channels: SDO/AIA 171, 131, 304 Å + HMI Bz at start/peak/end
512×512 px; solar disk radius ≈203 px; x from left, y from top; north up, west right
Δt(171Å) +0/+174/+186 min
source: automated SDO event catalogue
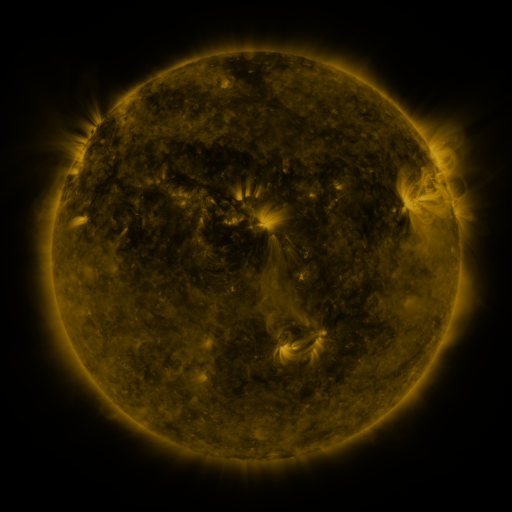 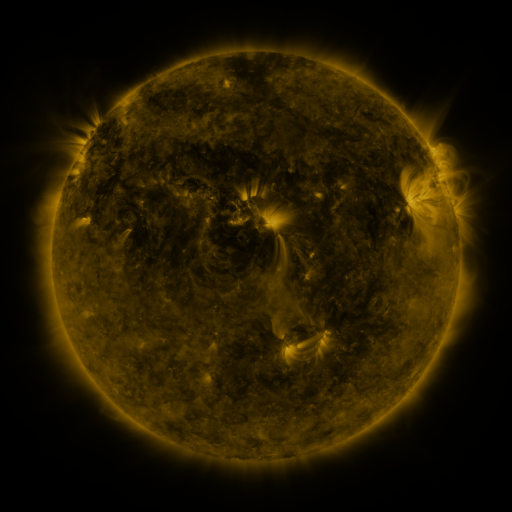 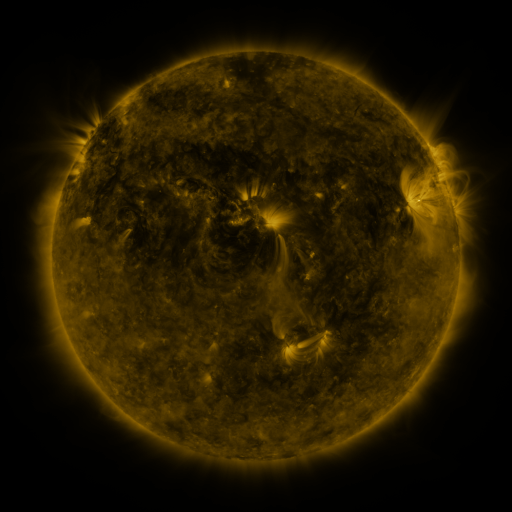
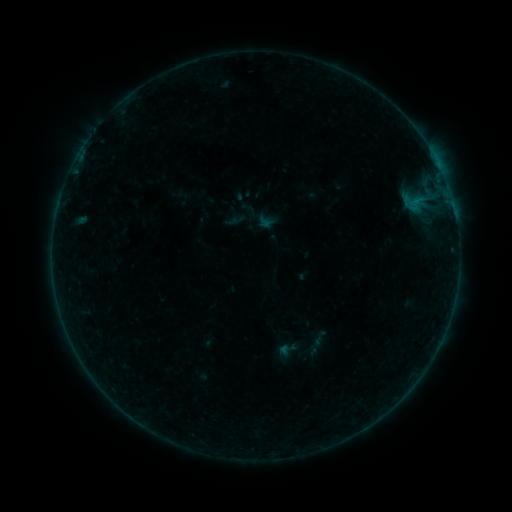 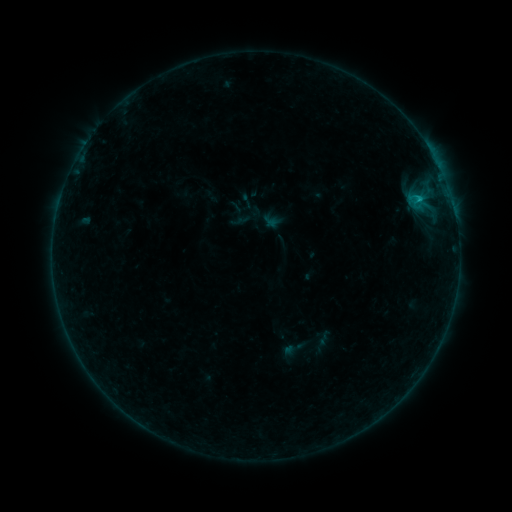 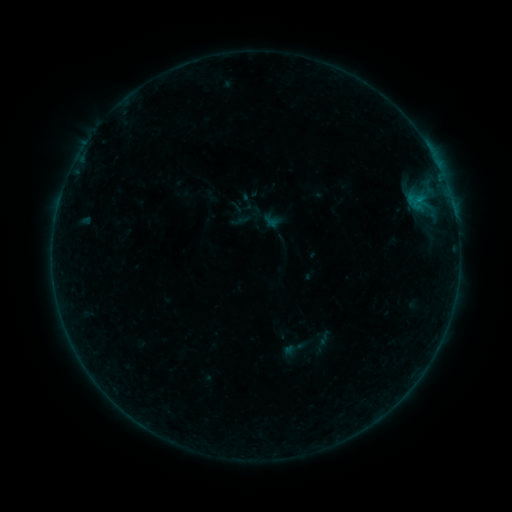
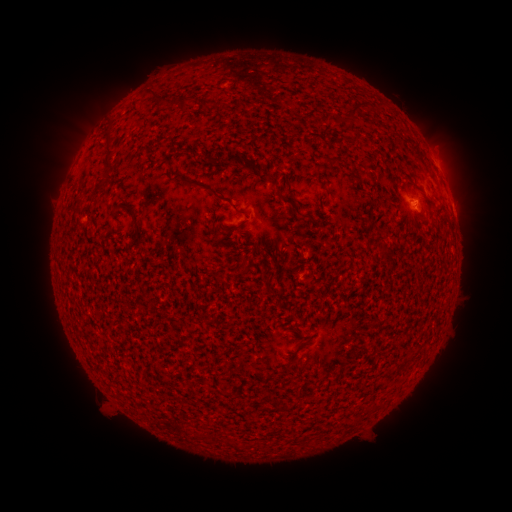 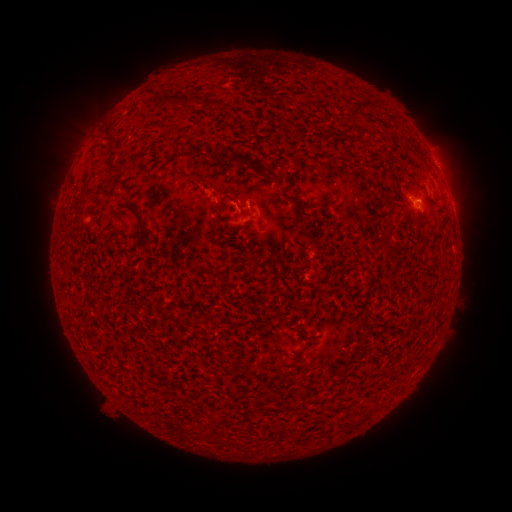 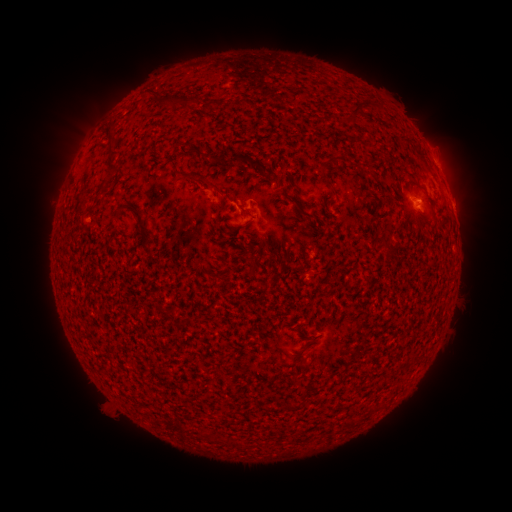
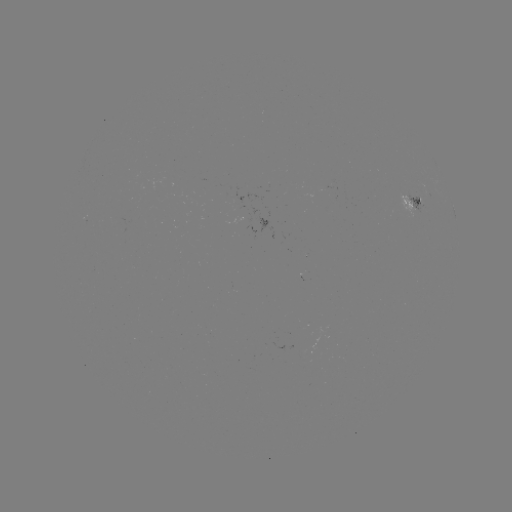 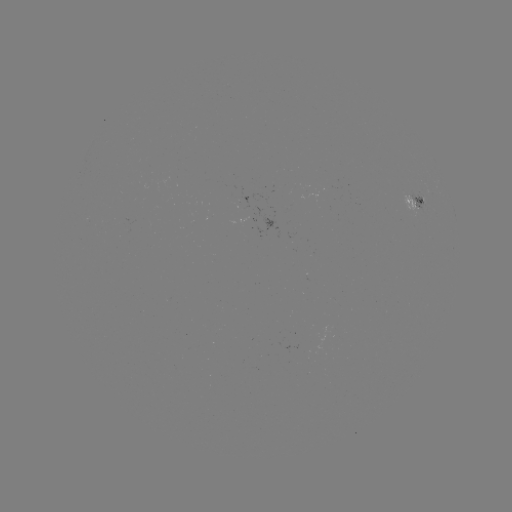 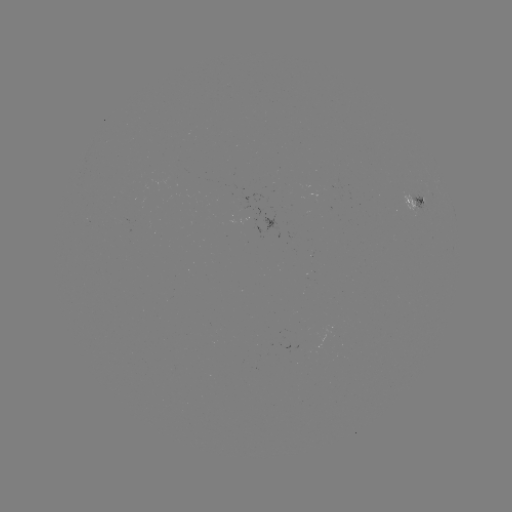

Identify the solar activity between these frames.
B5.0 flare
